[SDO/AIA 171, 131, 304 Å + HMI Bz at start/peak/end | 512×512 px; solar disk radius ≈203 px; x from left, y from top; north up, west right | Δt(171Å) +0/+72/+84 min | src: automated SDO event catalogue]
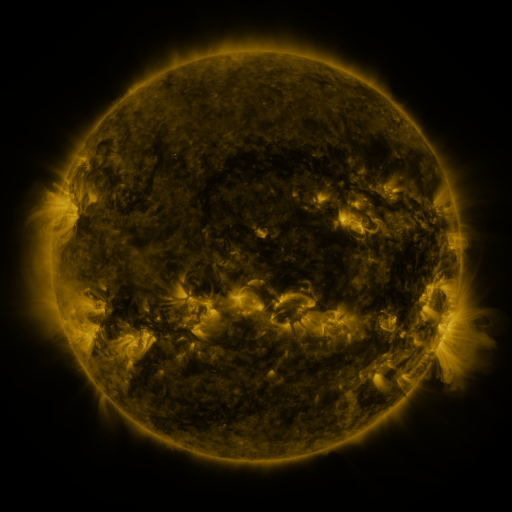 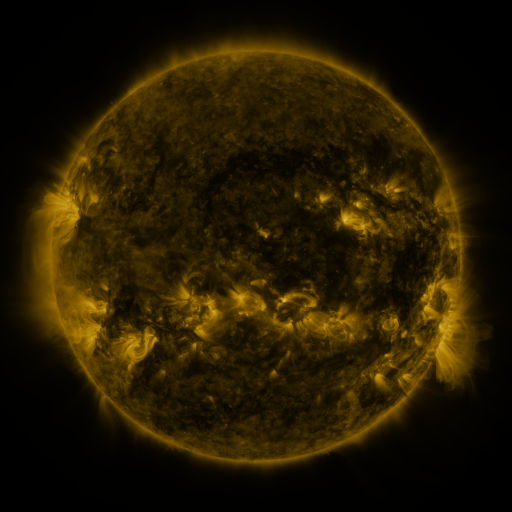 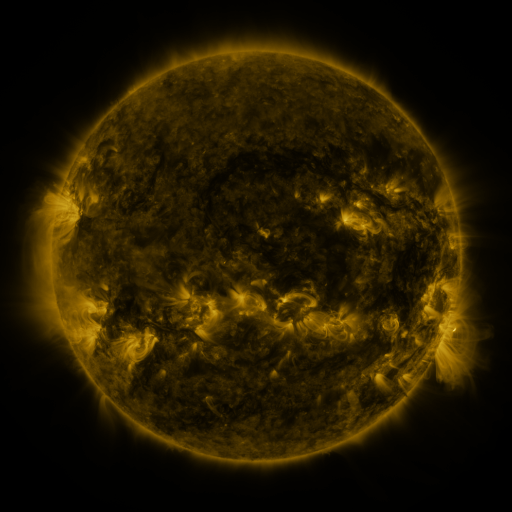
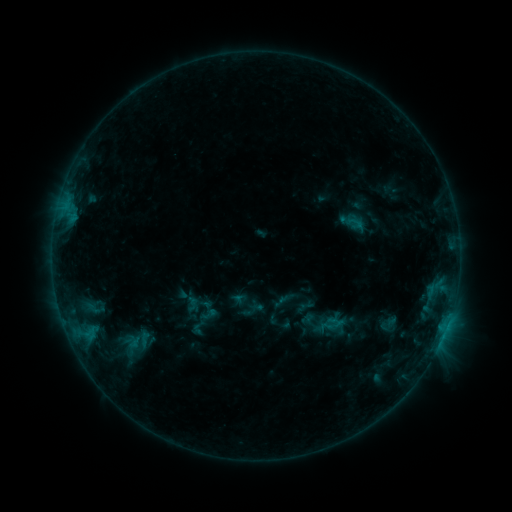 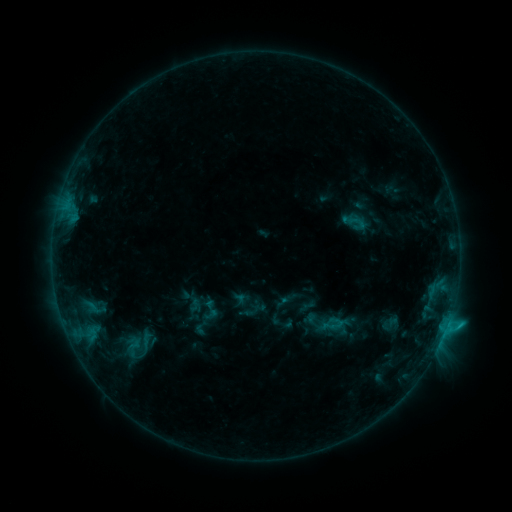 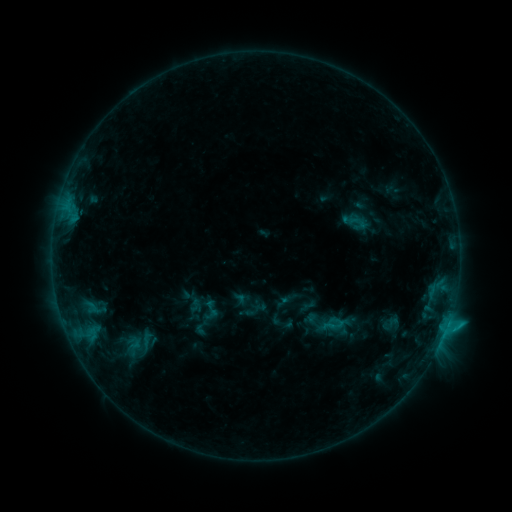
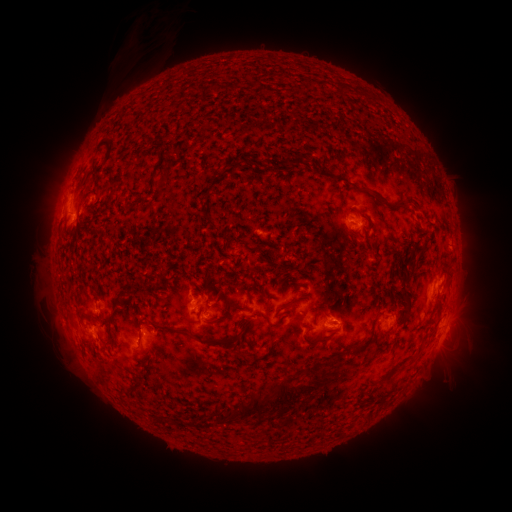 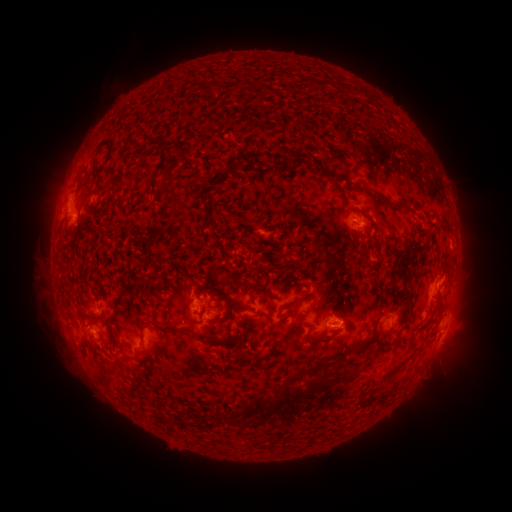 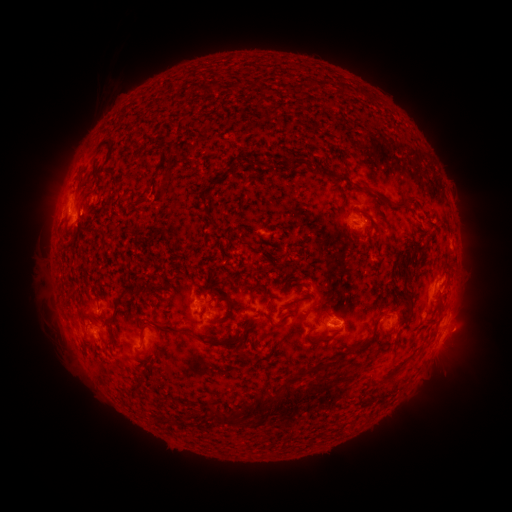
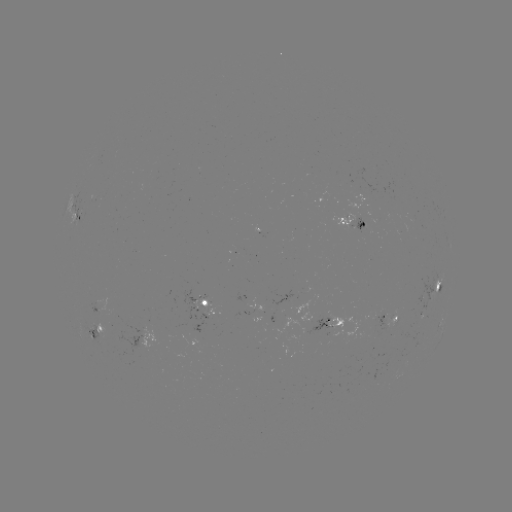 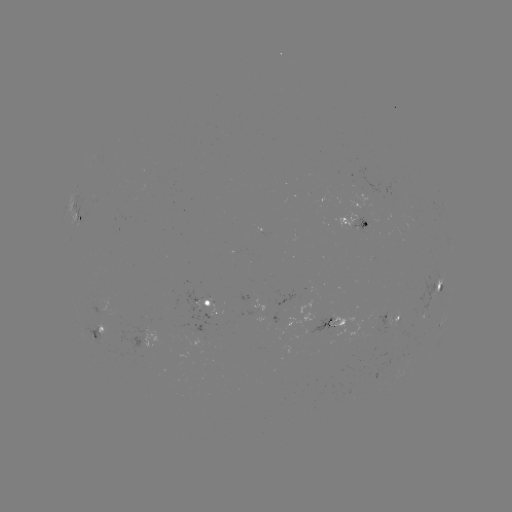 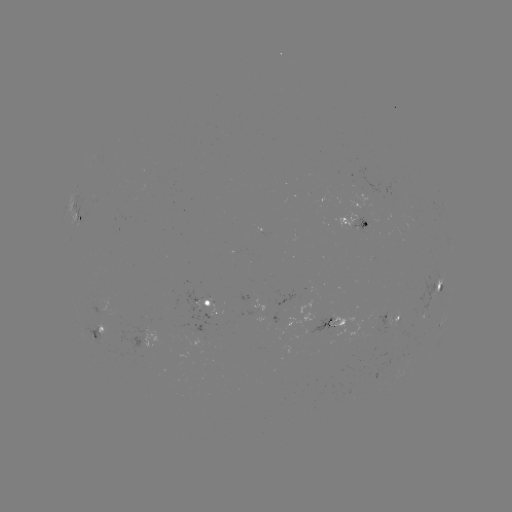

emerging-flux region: (88, 322, 110, 342)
